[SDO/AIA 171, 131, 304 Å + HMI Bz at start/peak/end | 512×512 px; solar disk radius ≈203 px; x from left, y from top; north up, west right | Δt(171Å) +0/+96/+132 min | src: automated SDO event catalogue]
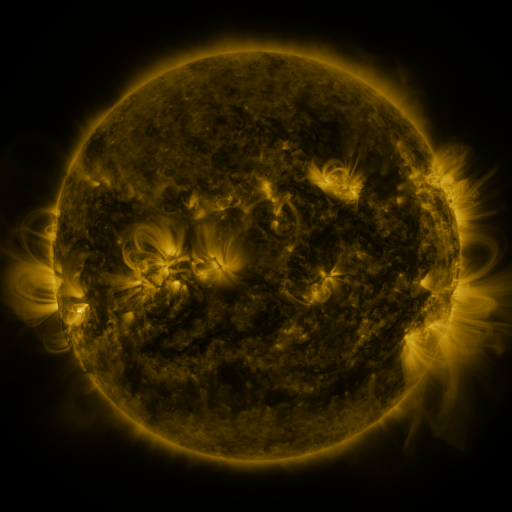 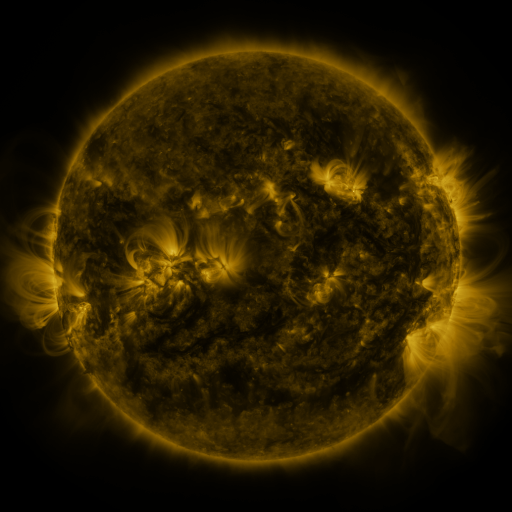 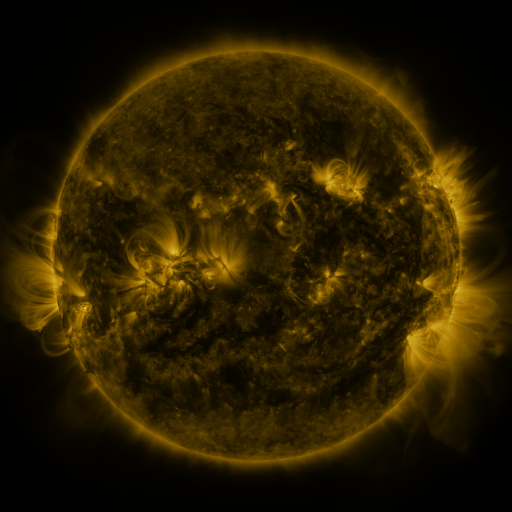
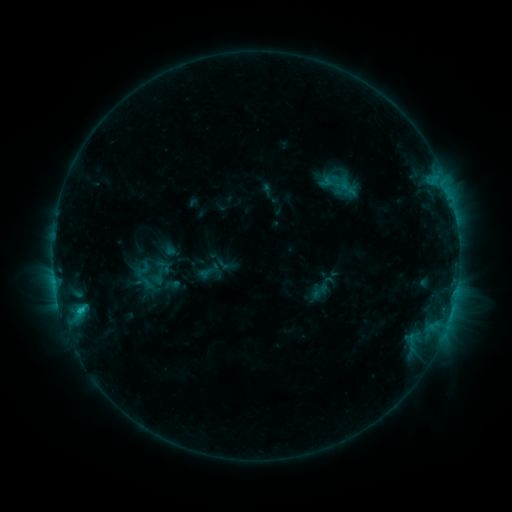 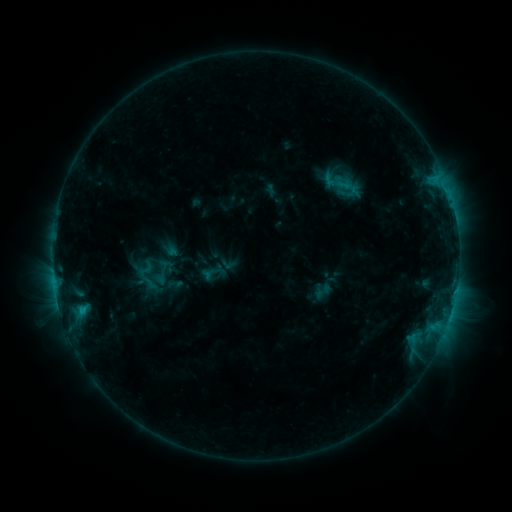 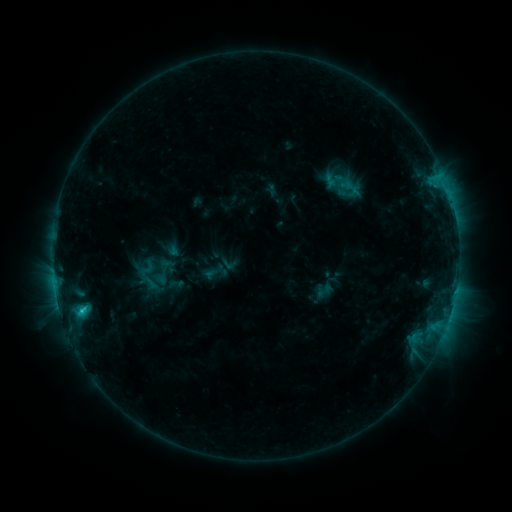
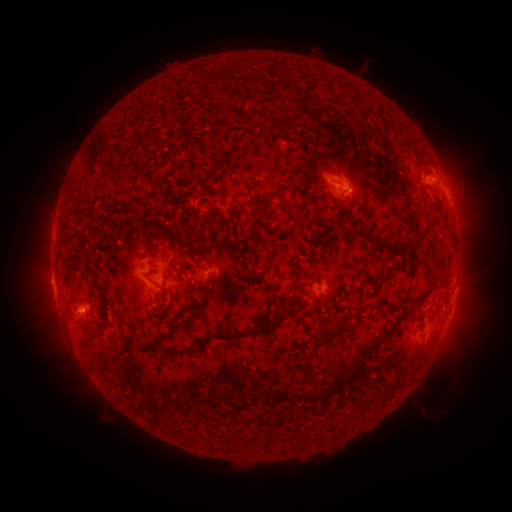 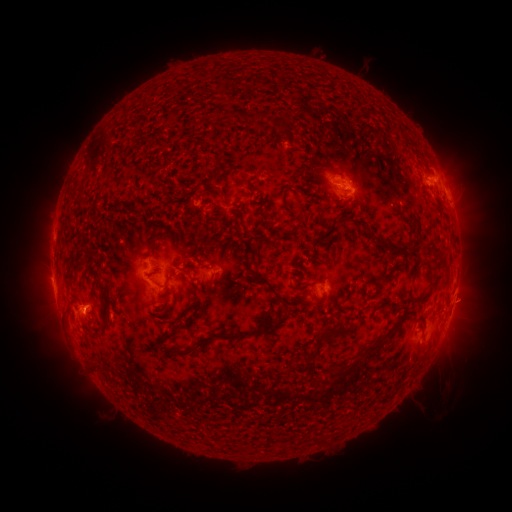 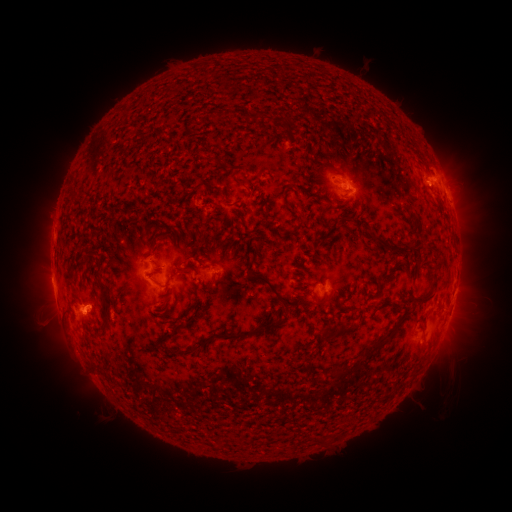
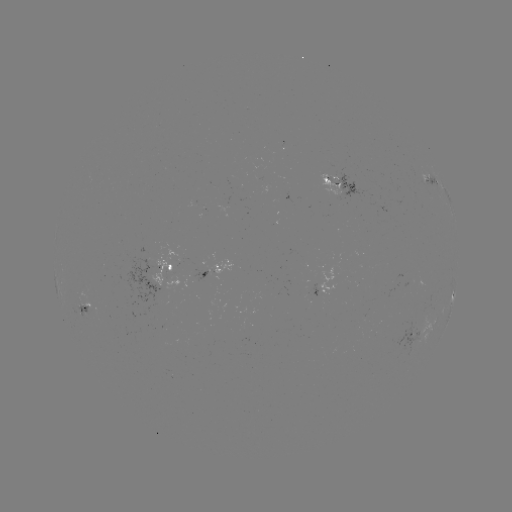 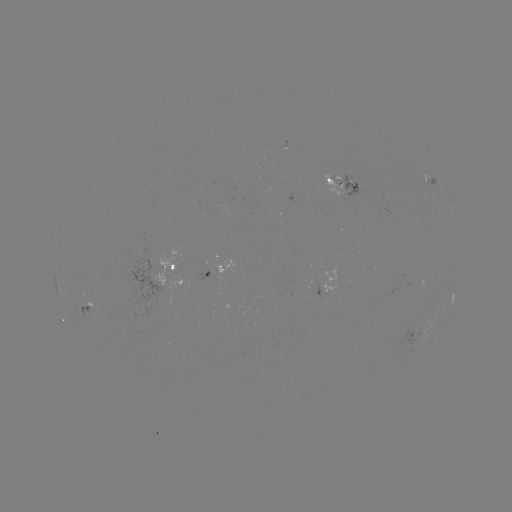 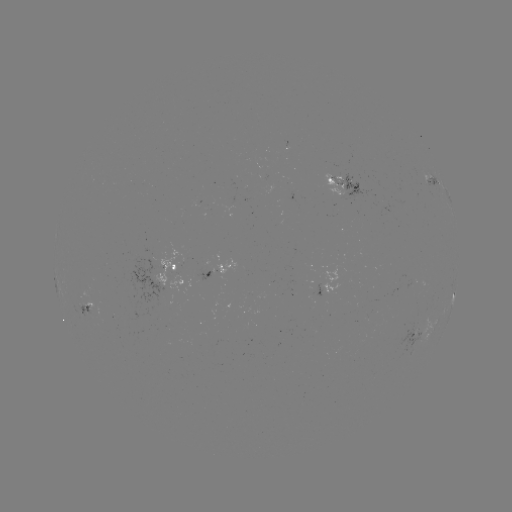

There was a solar emerging-flux region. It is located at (398, 279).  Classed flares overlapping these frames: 2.